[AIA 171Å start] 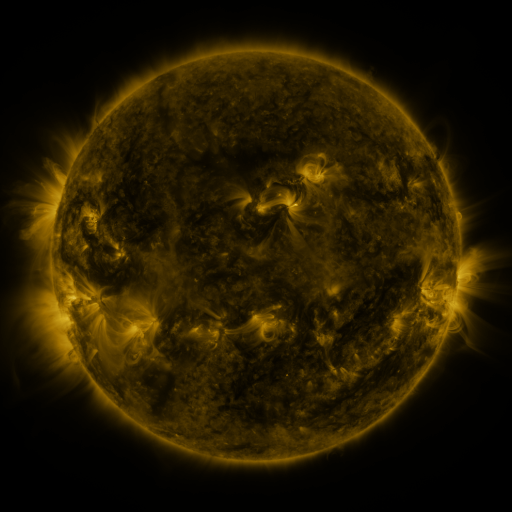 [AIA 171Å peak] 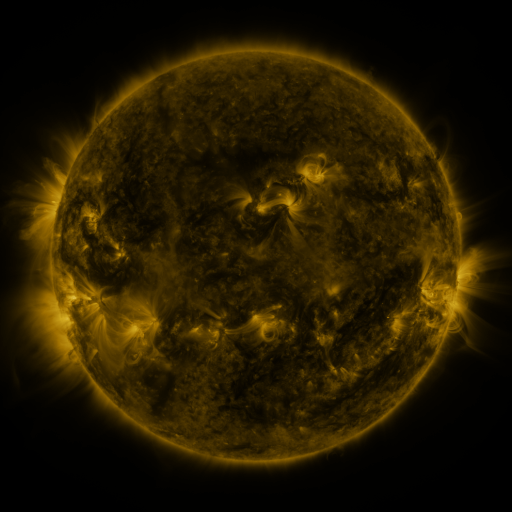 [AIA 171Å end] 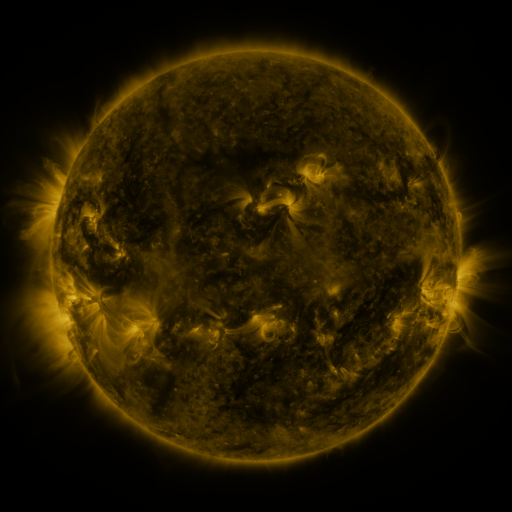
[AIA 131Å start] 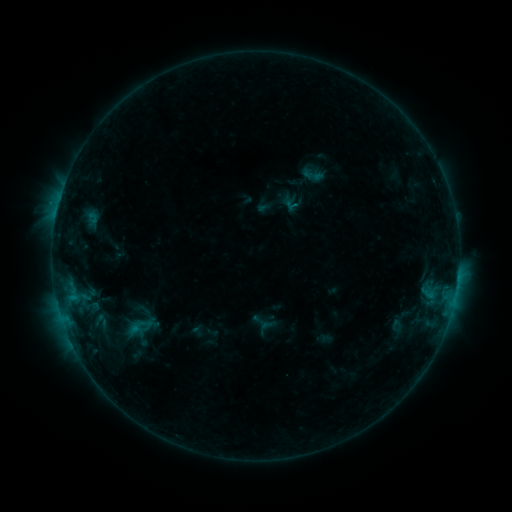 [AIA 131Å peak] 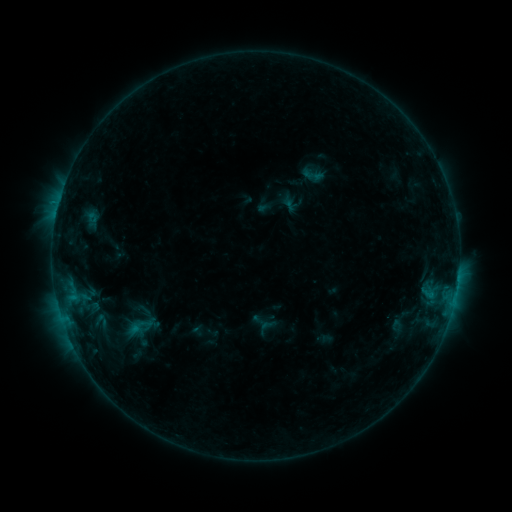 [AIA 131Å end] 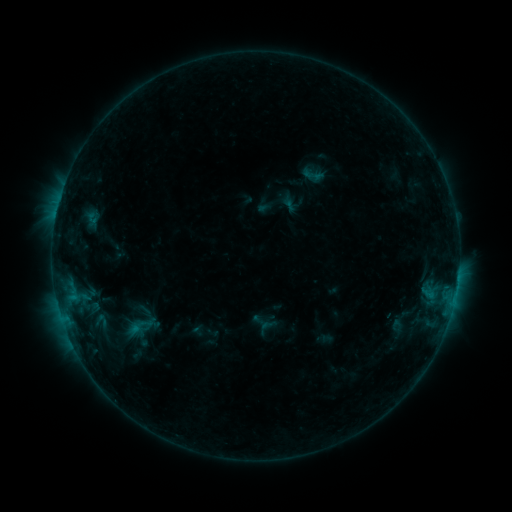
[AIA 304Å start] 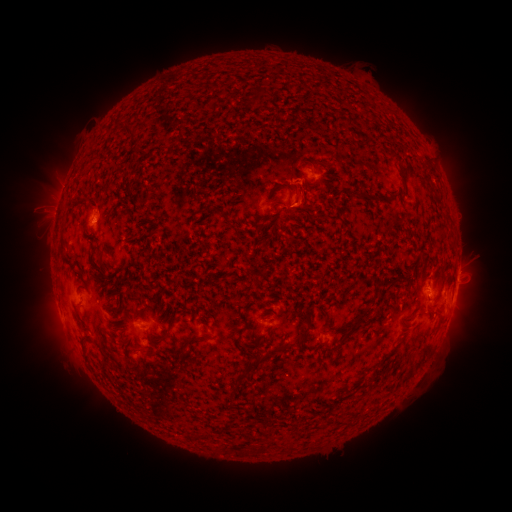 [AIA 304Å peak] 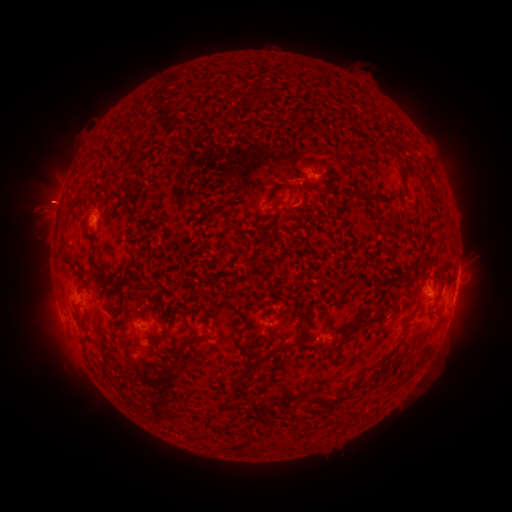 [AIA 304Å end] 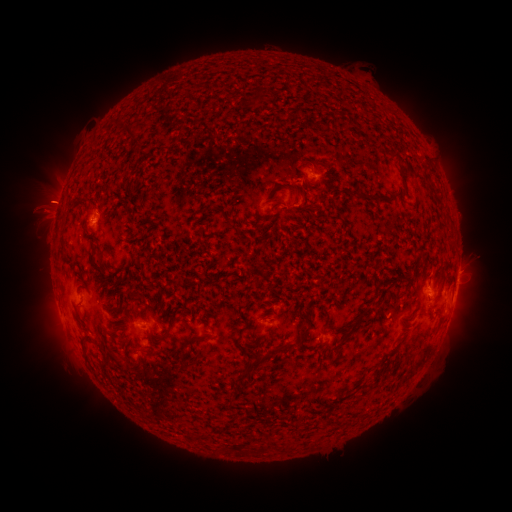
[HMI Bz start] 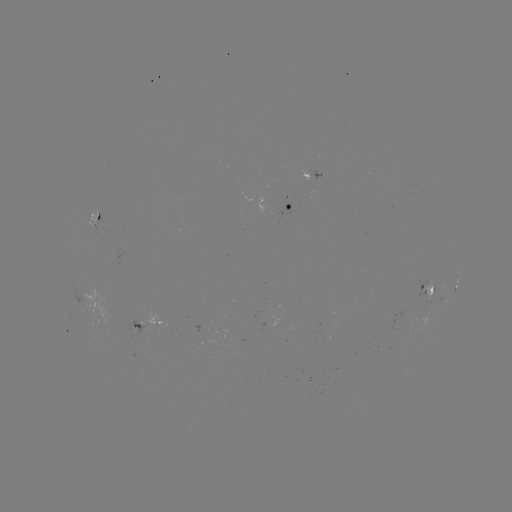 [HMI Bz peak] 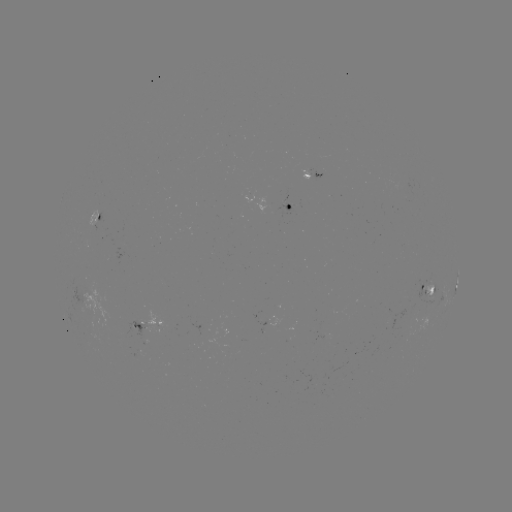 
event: eruption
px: (50, 200)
